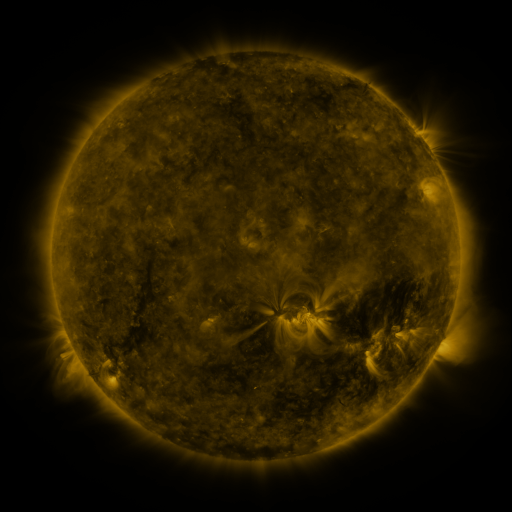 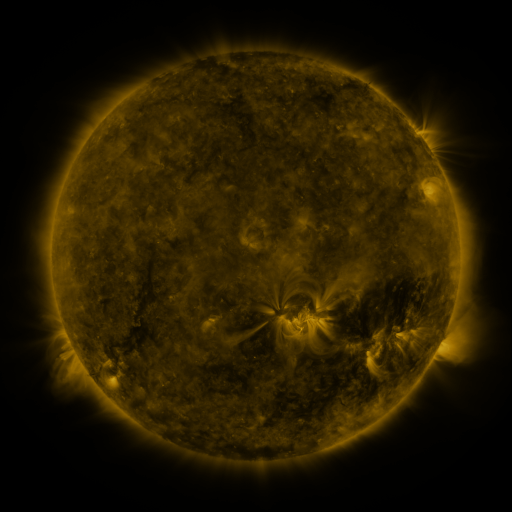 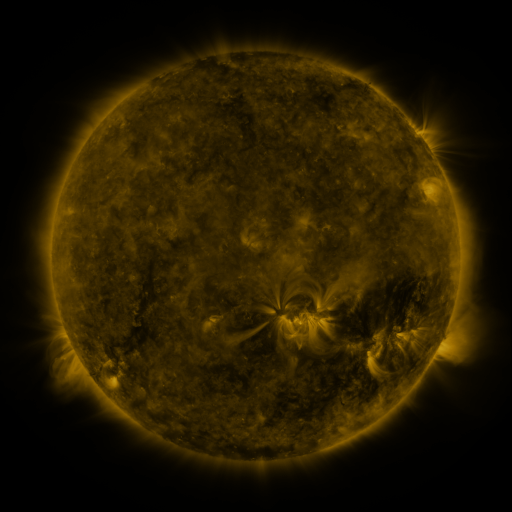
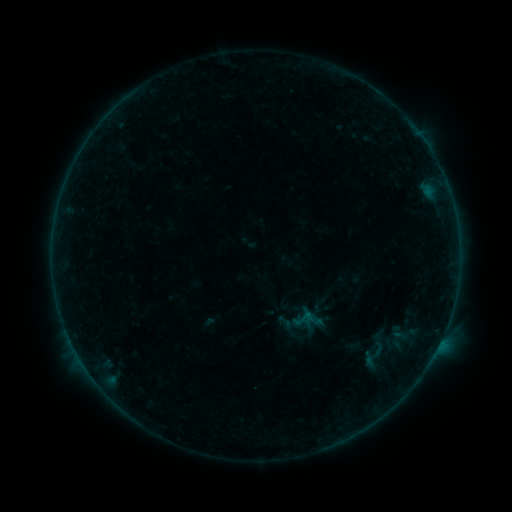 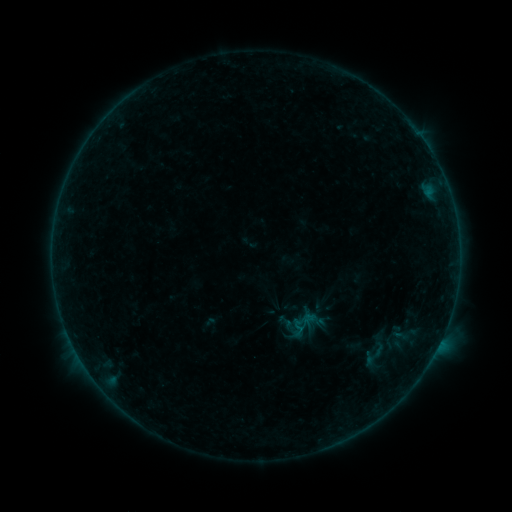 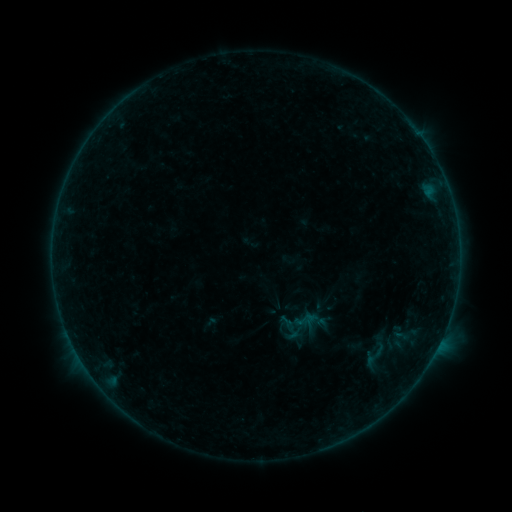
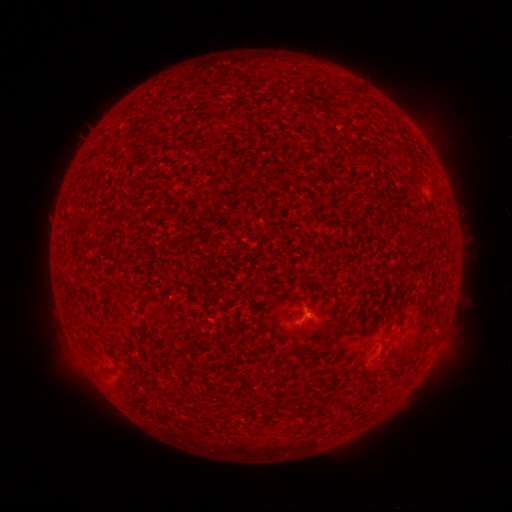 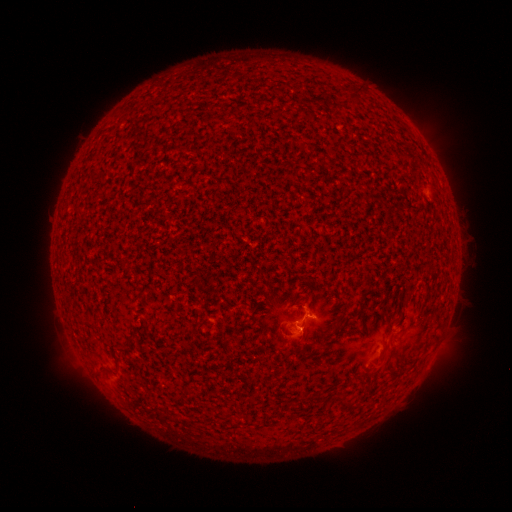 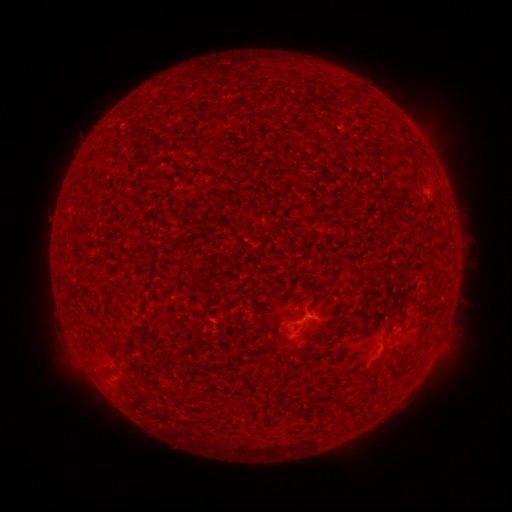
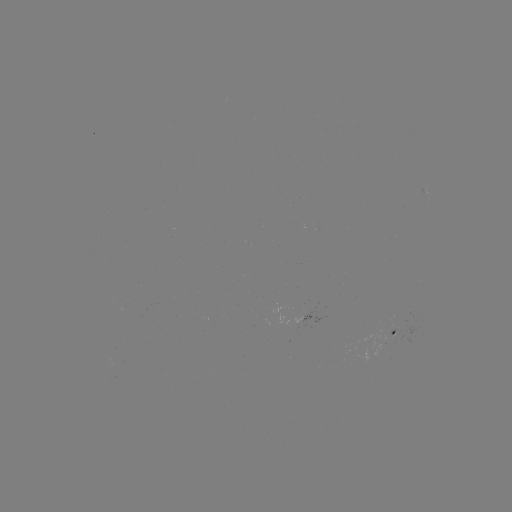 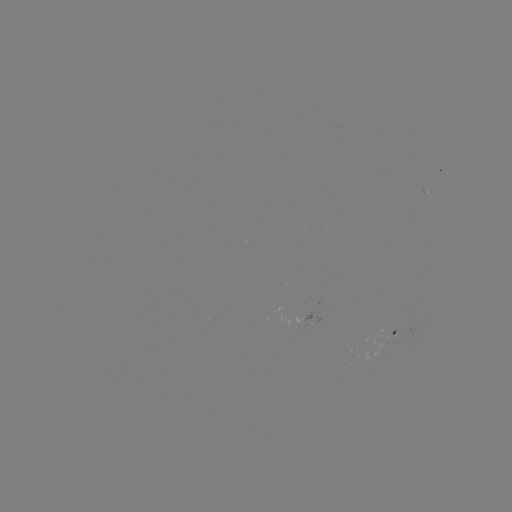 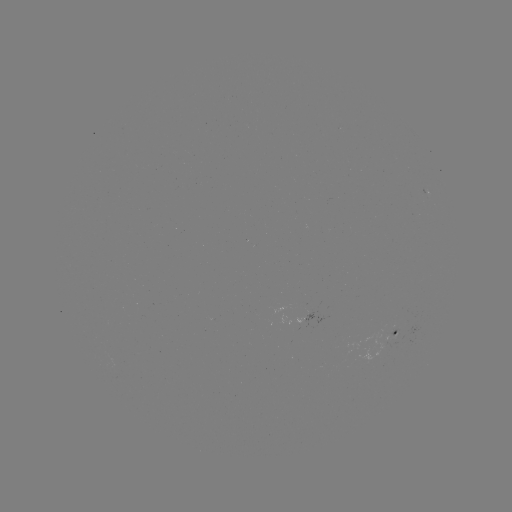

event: flare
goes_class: B1.1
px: (295, 324)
